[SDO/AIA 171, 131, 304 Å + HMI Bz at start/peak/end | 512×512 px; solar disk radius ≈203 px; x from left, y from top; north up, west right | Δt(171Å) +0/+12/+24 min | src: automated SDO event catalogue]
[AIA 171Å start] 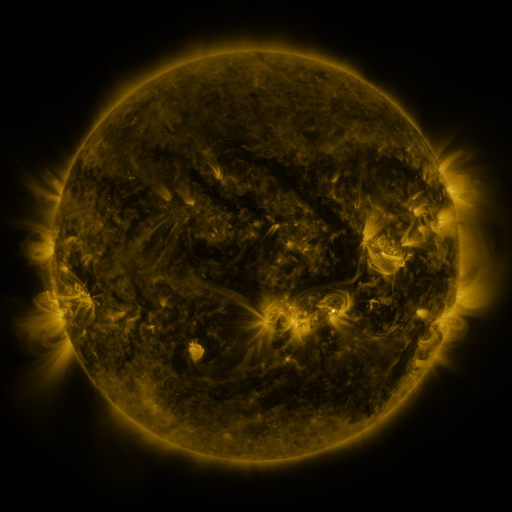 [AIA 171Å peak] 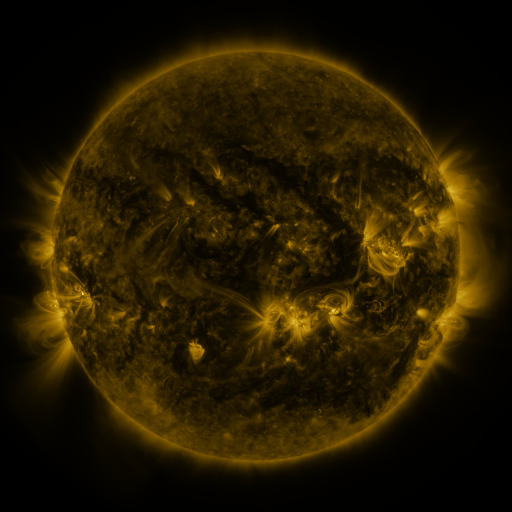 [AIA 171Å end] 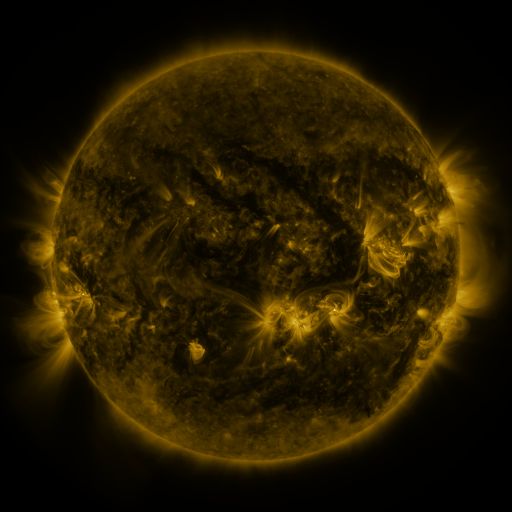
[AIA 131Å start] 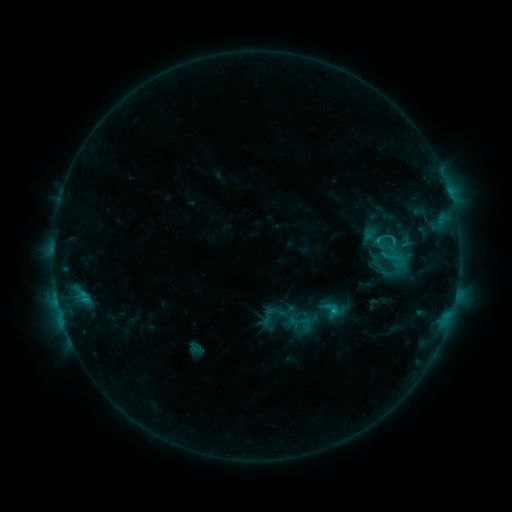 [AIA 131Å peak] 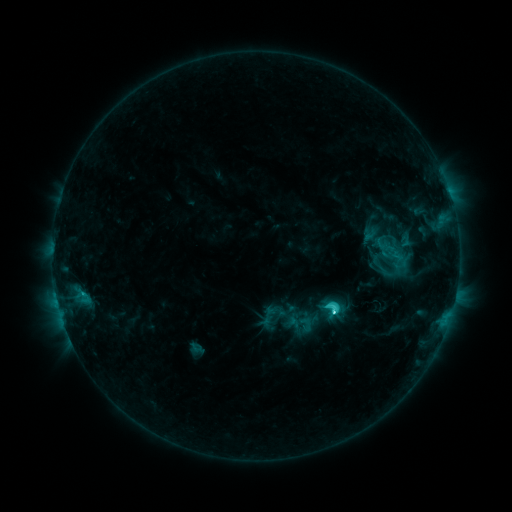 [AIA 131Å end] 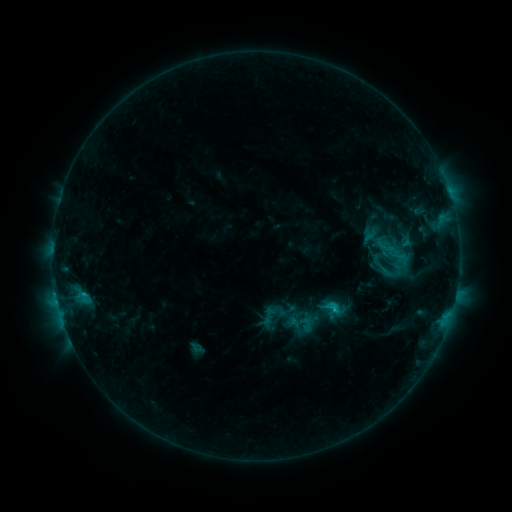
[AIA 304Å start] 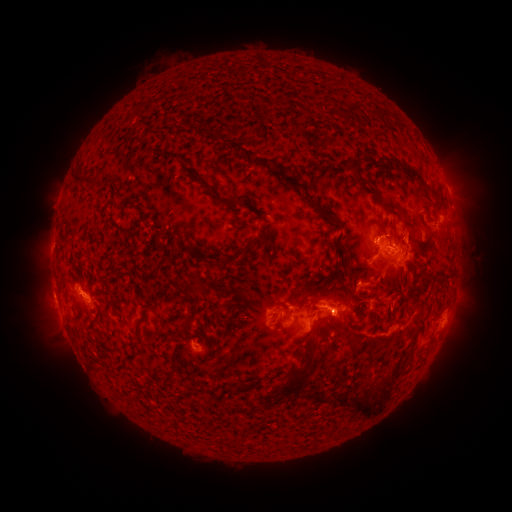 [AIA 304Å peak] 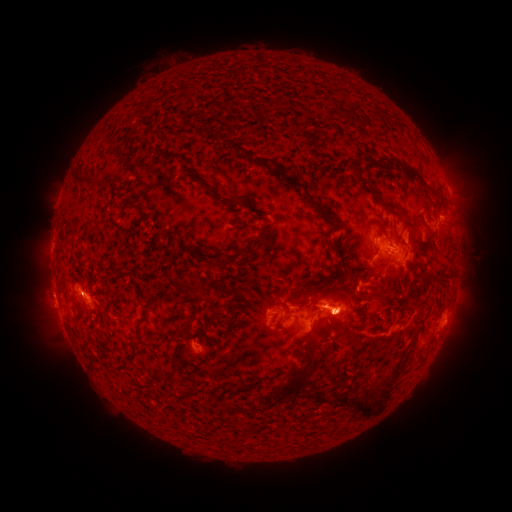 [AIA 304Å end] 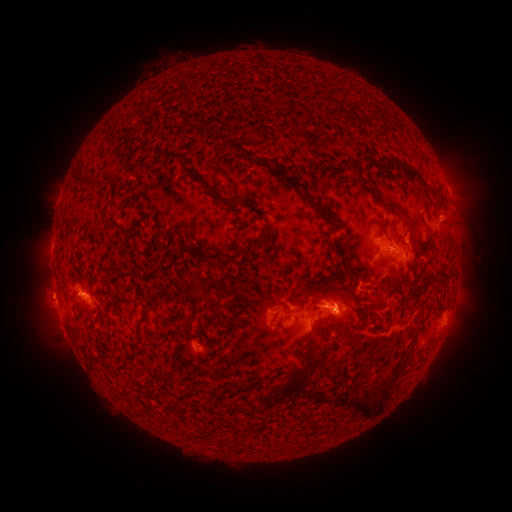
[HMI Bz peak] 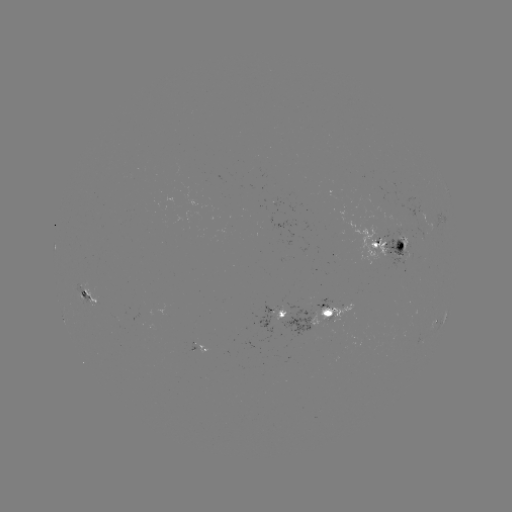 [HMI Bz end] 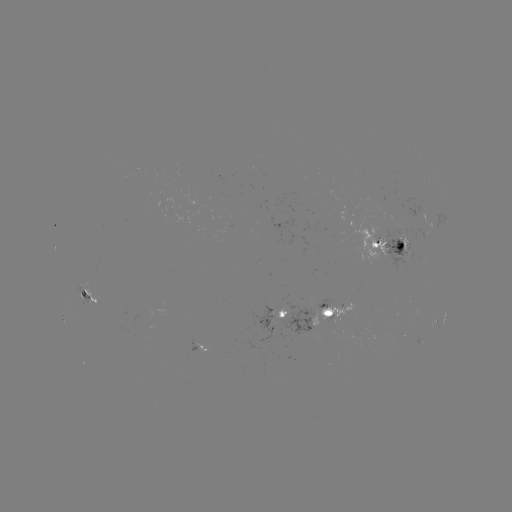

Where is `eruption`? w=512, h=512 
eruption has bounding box [233, 233, 431, 380].